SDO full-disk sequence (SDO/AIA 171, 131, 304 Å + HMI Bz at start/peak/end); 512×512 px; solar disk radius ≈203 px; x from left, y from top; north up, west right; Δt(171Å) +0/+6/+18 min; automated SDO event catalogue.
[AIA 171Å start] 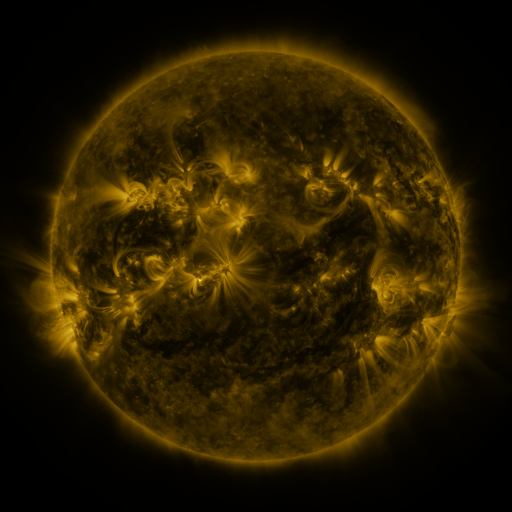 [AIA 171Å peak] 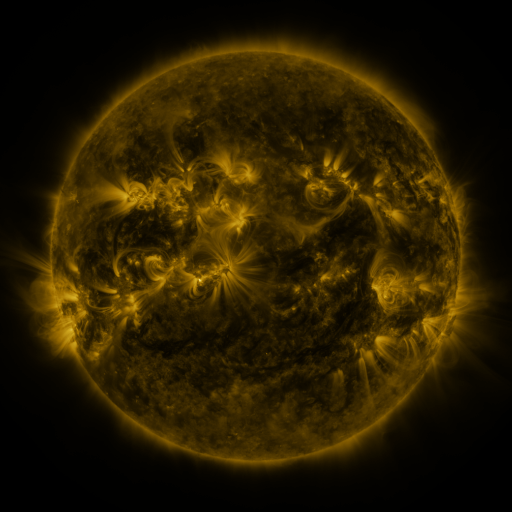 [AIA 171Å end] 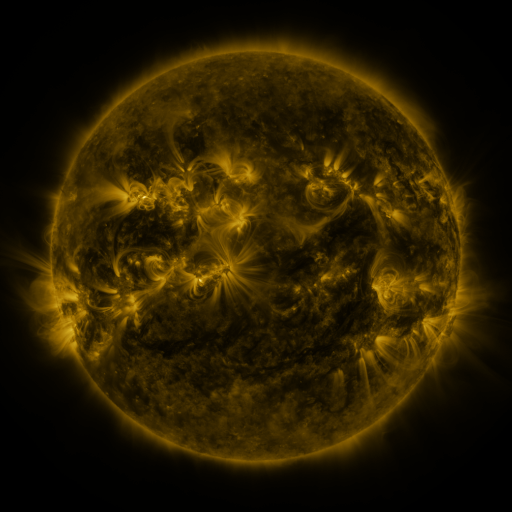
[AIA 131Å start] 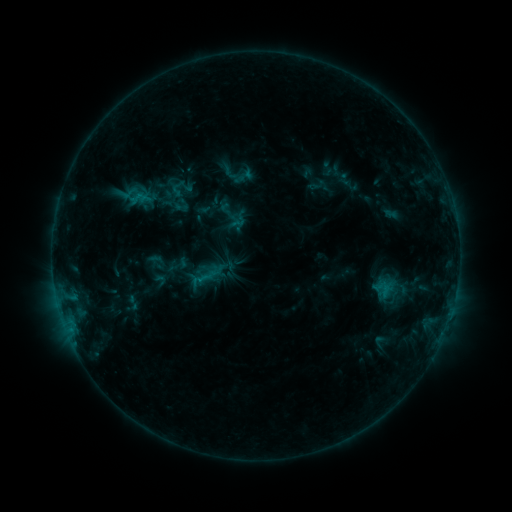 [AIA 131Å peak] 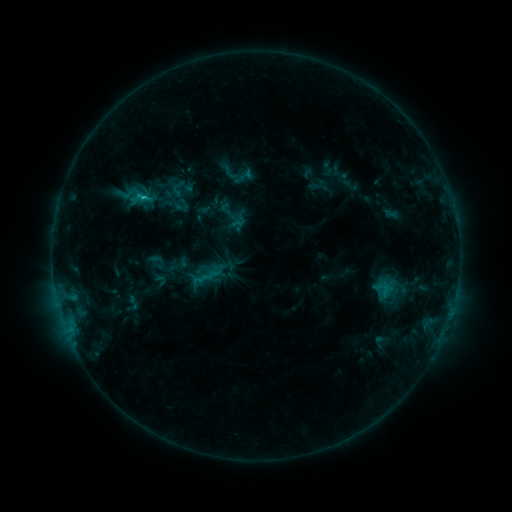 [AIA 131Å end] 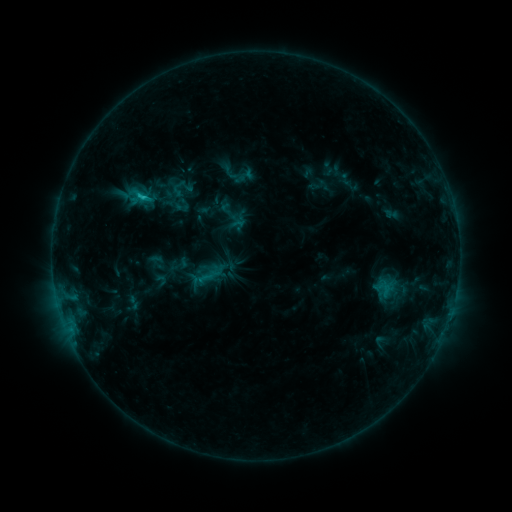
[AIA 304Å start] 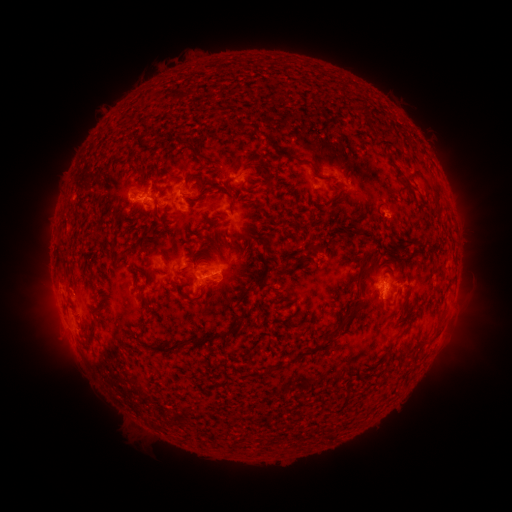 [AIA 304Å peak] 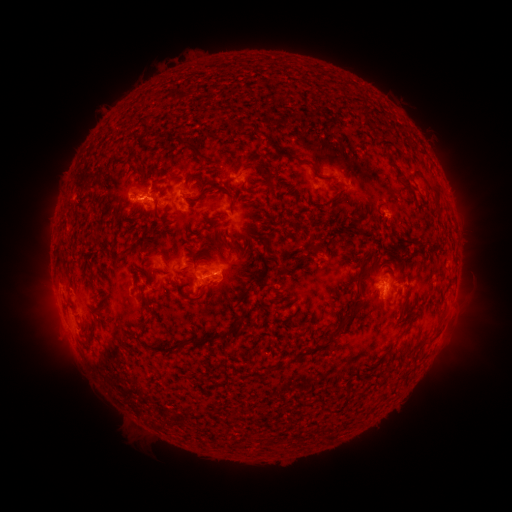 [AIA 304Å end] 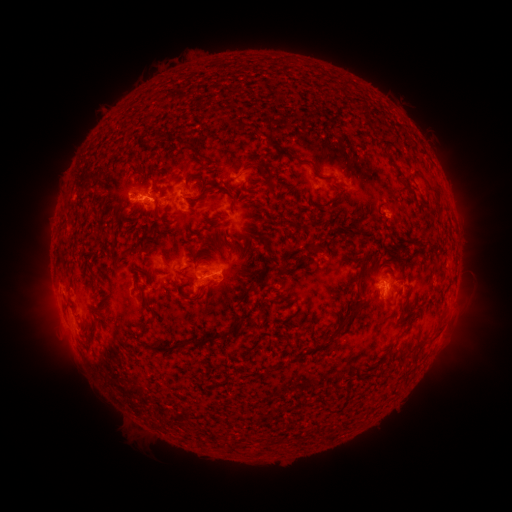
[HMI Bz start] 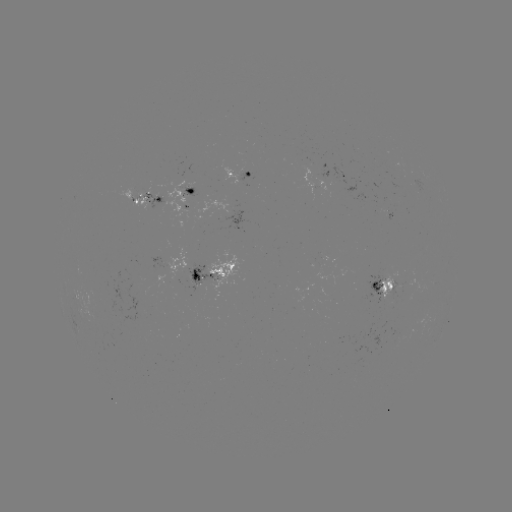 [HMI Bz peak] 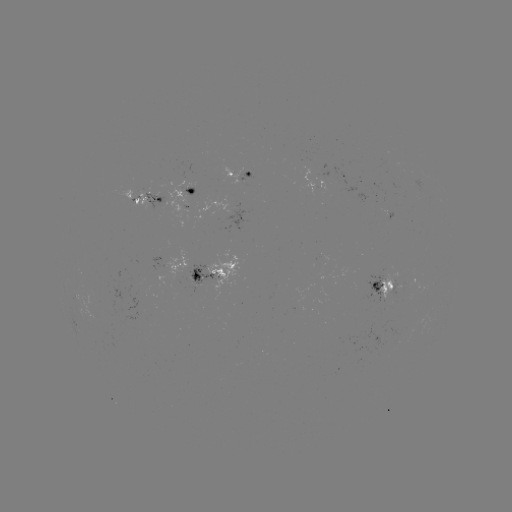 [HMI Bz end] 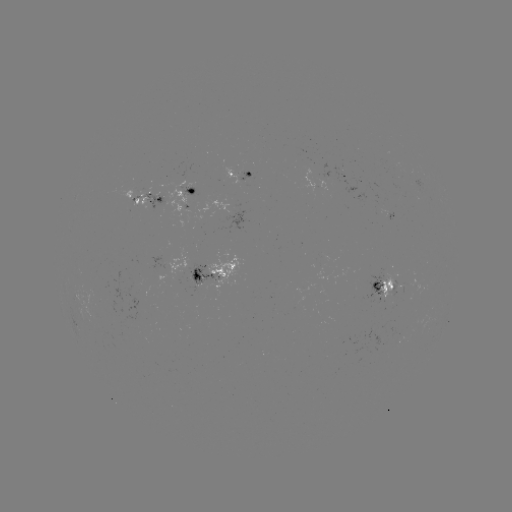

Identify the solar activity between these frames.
C1.5 flare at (144, 199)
